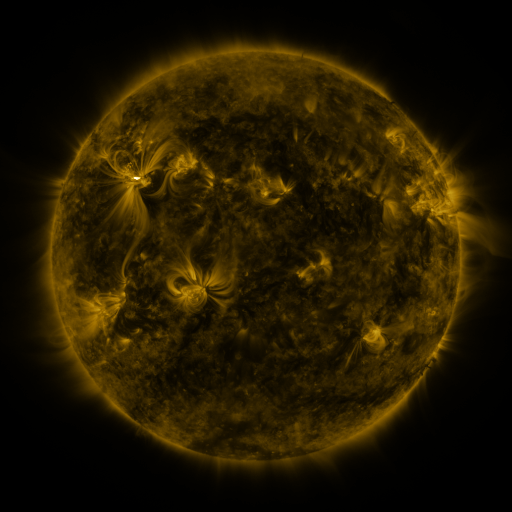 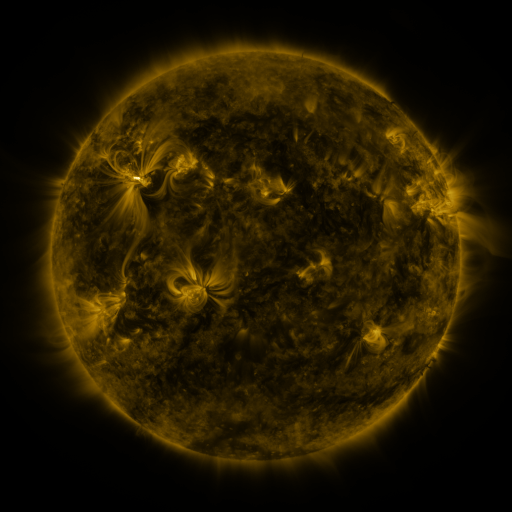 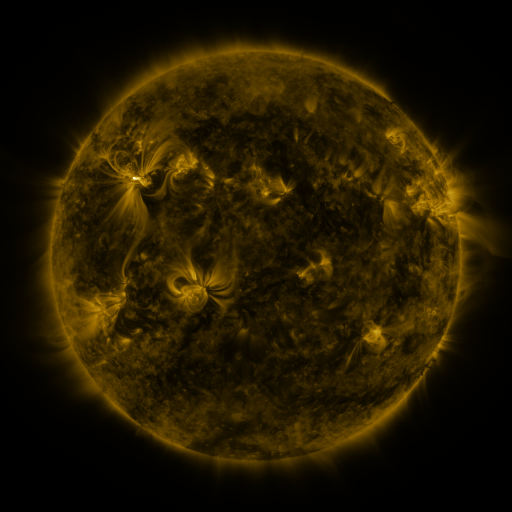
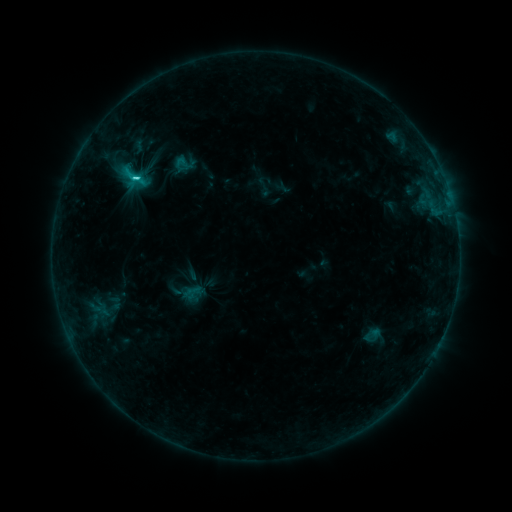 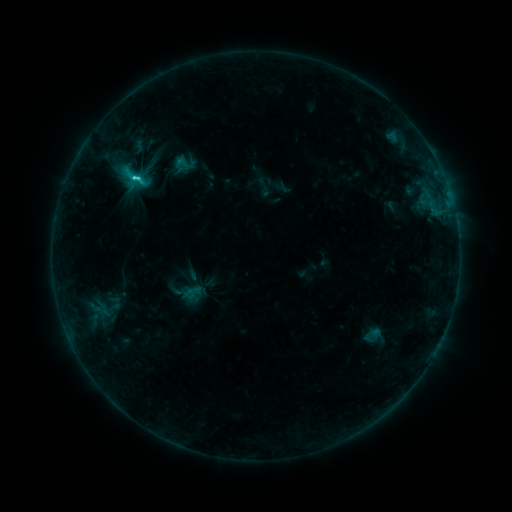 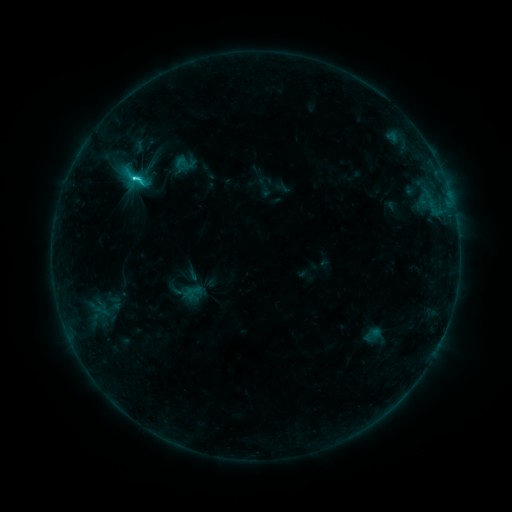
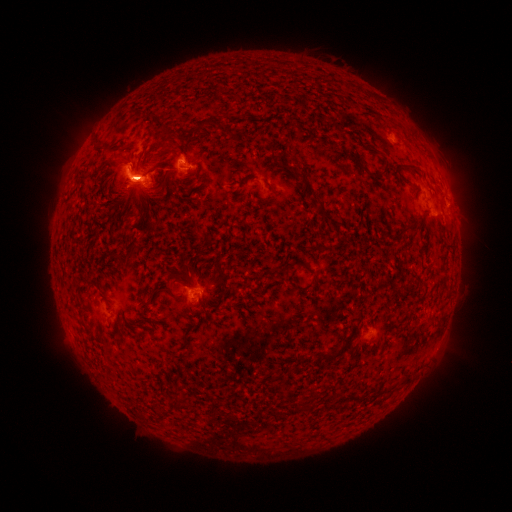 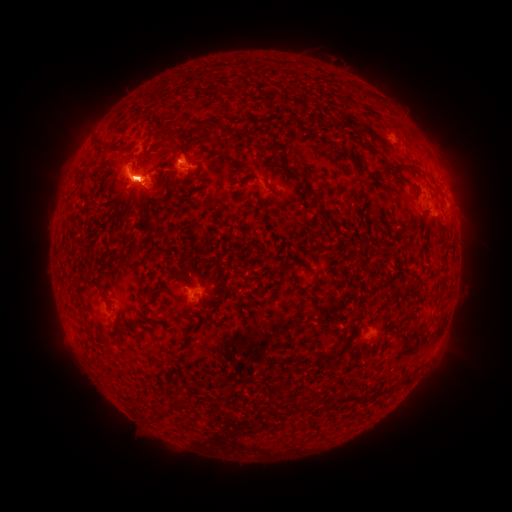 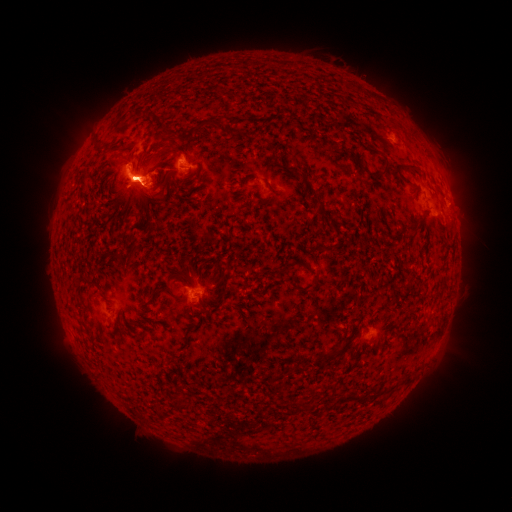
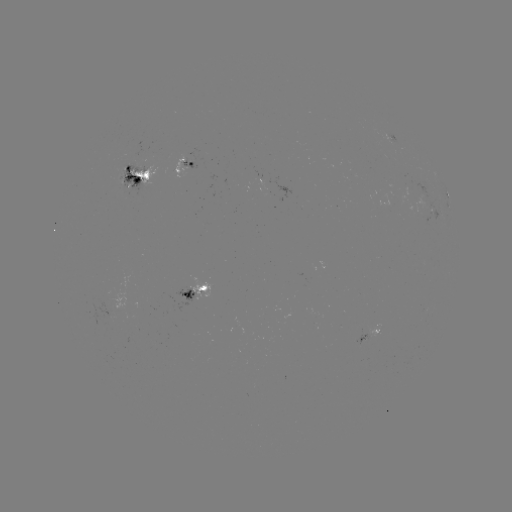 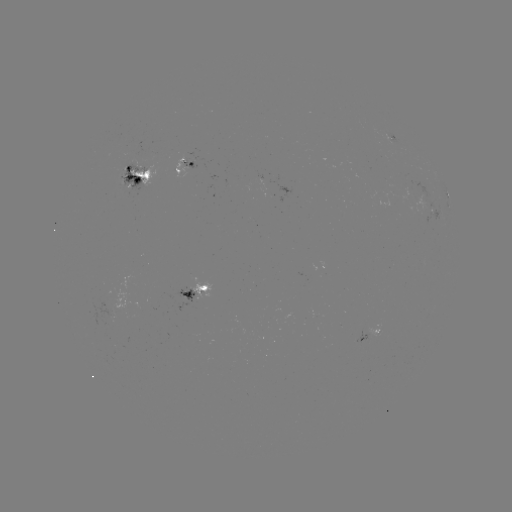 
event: flare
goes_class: C5.3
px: (138, 180)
